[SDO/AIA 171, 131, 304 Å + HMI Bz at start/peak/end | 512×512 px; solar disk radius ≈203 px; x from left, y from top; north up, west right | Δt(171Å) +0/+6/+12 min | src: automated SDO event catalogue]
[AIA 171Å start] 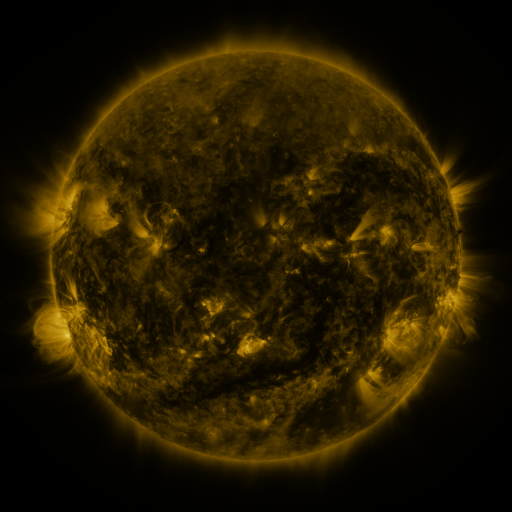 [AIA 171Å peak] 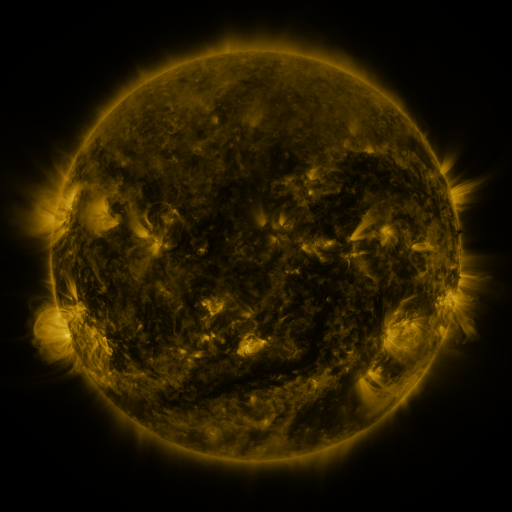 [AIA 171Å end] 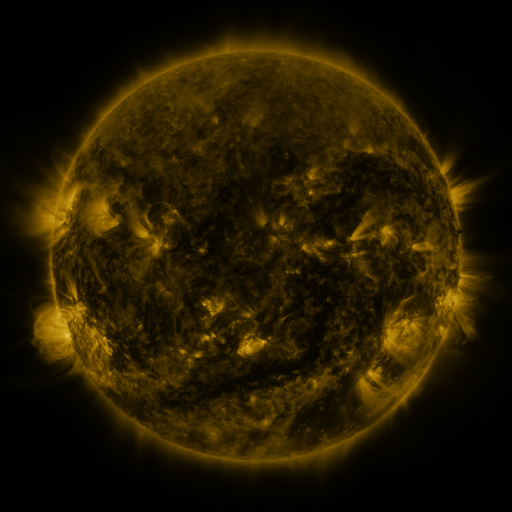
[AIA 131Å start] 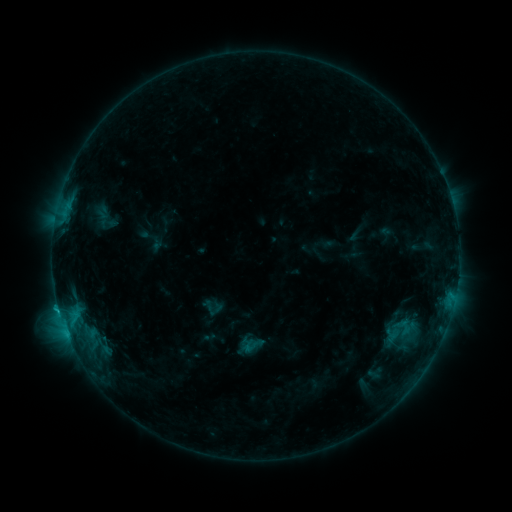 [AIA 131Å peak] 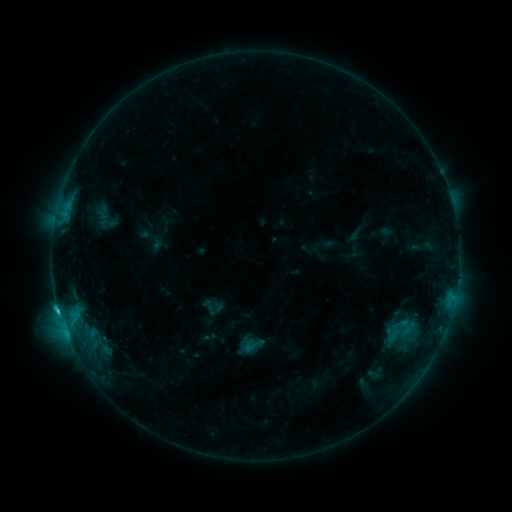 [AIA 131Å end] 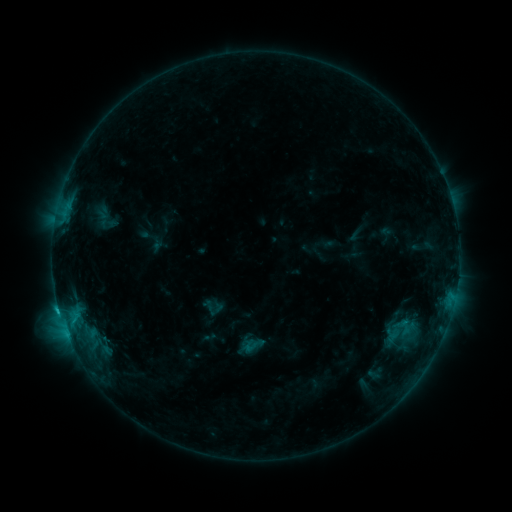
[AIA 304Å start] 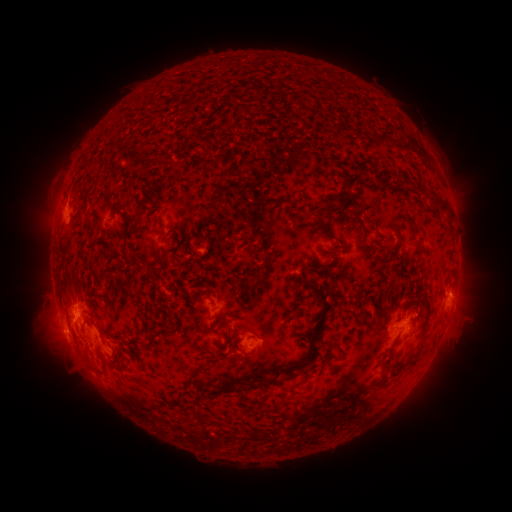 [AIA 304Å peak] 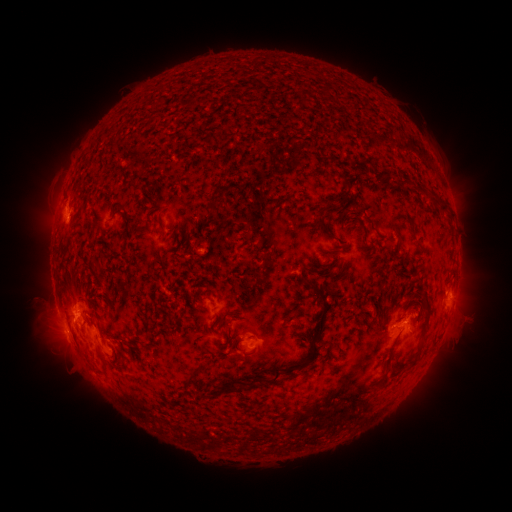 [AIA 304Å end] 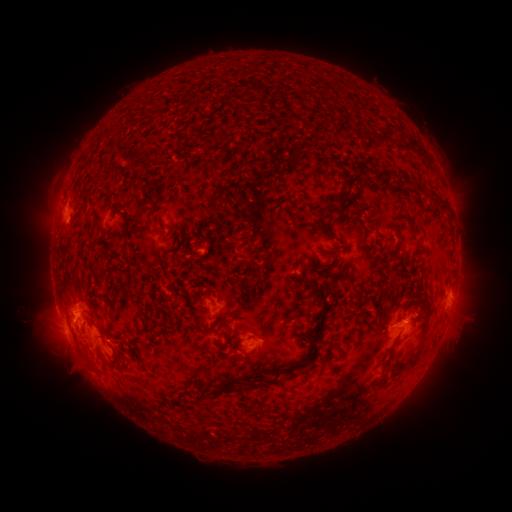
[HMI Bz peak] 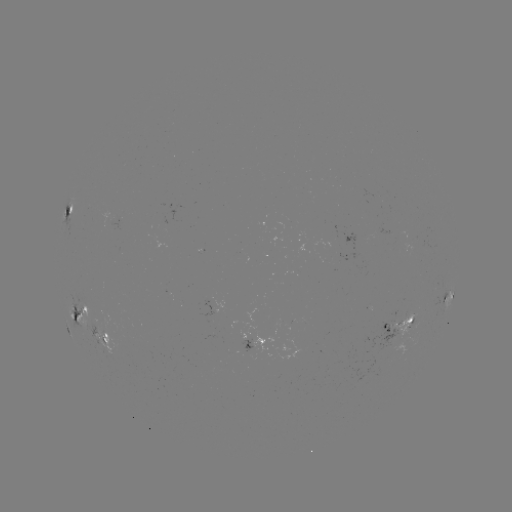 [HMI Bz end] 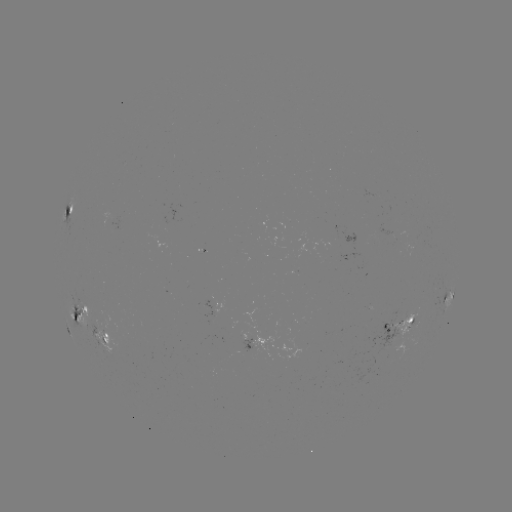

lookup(C1.8 flare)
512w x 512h [60, 309]